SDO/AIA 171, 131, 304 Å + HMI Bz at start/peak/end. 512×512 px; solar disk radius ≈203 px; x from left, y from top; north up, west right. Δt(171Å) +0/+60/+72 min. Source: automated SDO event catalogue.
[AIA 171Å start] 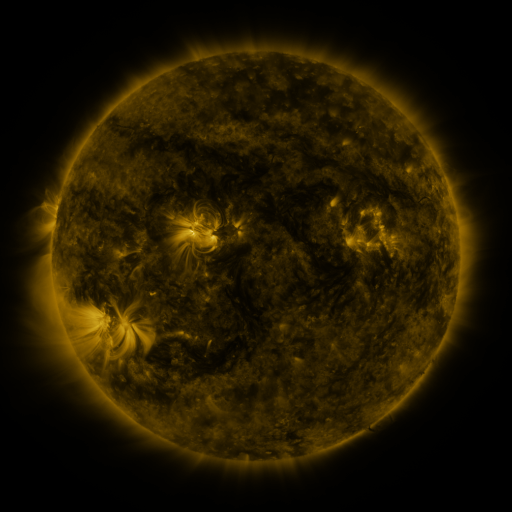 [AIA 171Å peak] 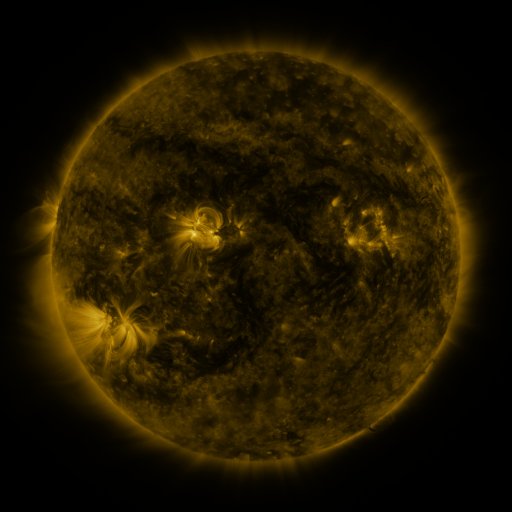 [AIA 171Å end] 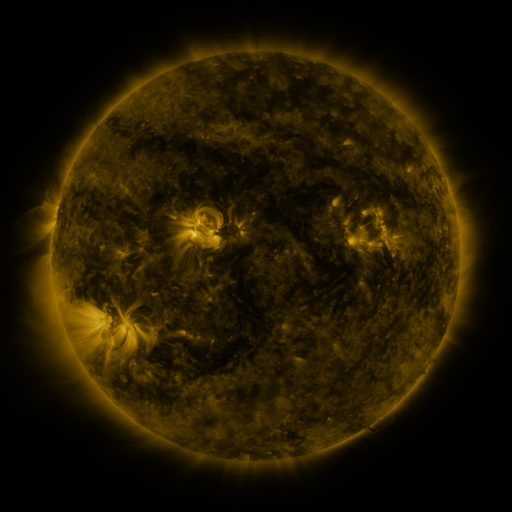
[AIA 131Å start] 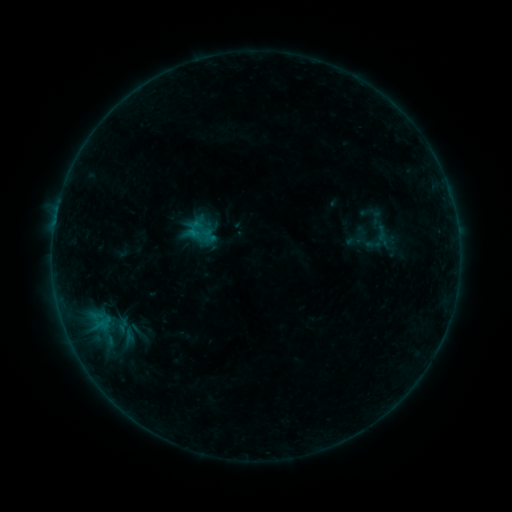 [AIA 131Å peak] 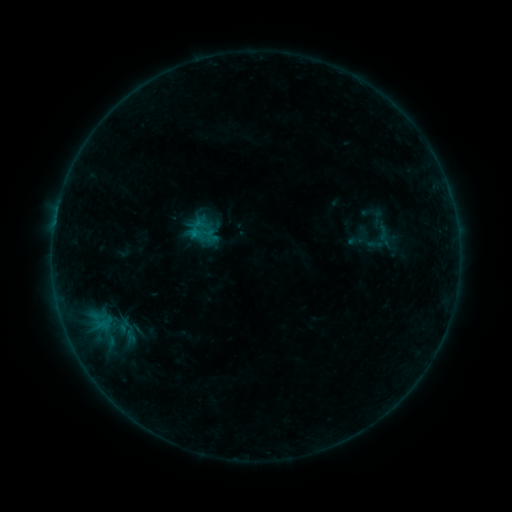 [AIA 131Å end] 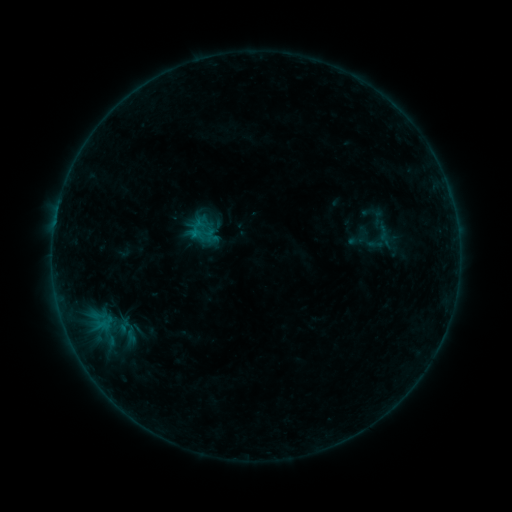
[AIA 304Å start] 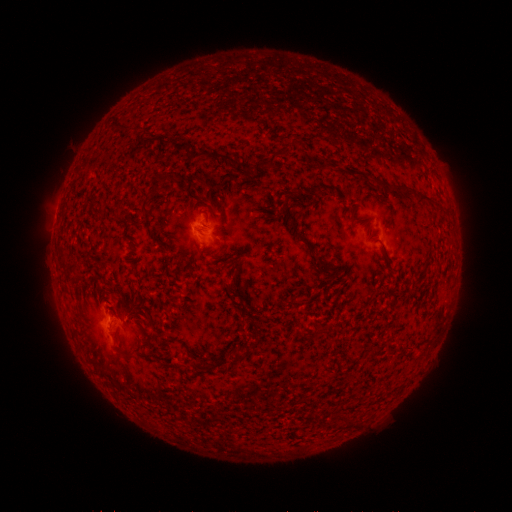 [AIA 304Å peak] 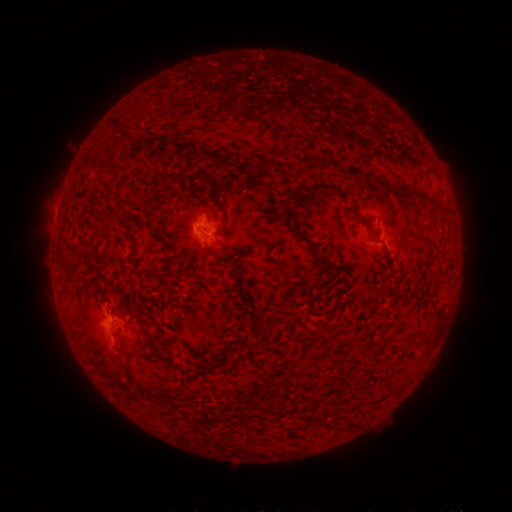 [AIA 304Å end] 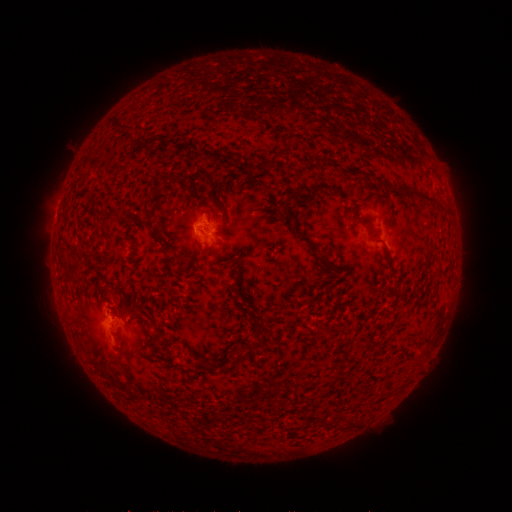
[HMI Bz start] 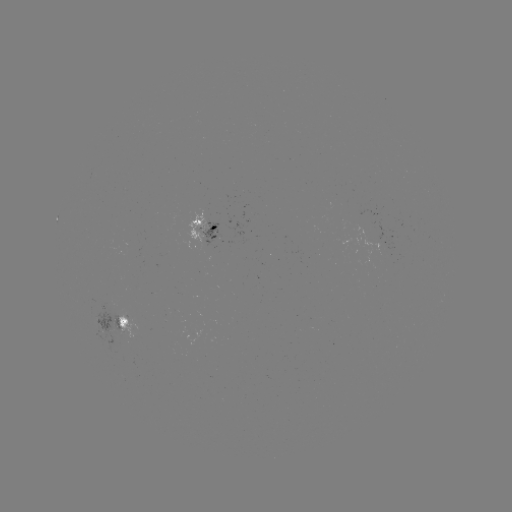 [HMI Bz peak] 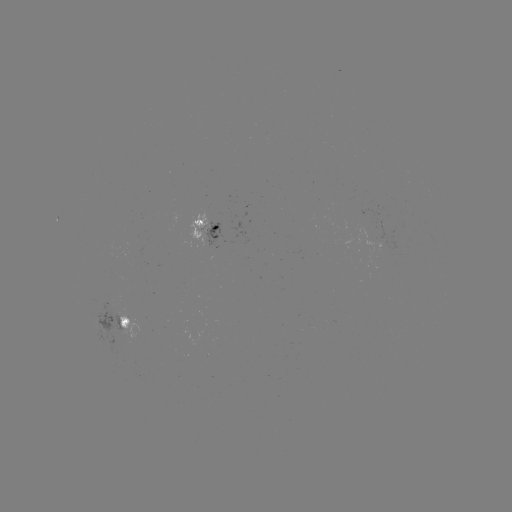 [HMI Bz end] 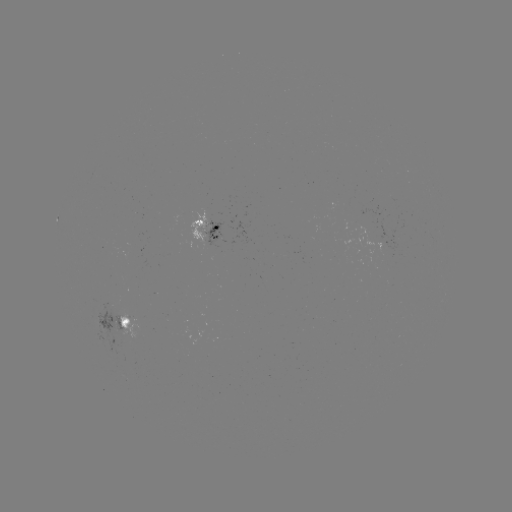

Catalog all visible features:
emerging-flux region: (200, 228)
